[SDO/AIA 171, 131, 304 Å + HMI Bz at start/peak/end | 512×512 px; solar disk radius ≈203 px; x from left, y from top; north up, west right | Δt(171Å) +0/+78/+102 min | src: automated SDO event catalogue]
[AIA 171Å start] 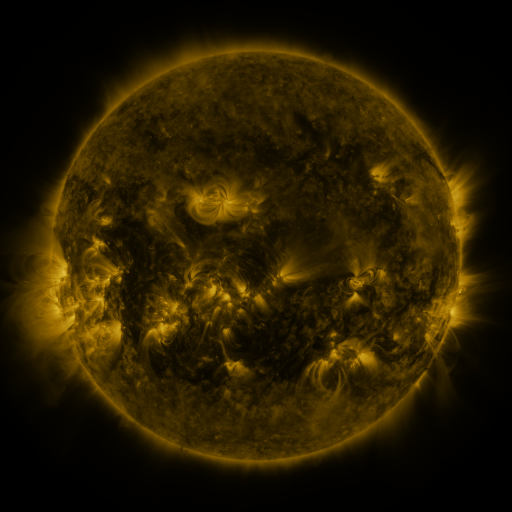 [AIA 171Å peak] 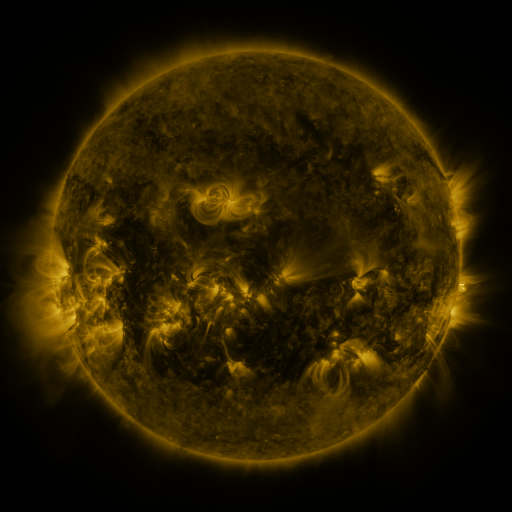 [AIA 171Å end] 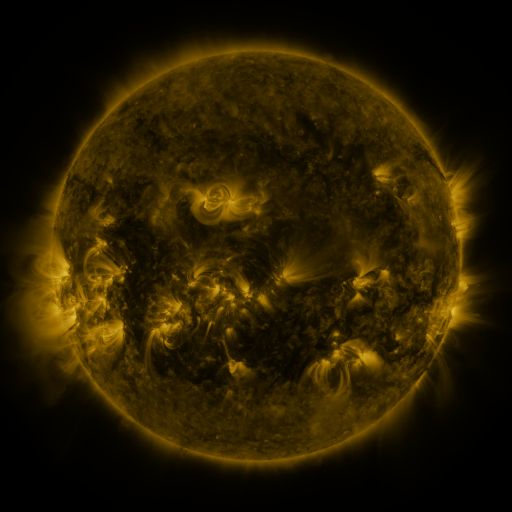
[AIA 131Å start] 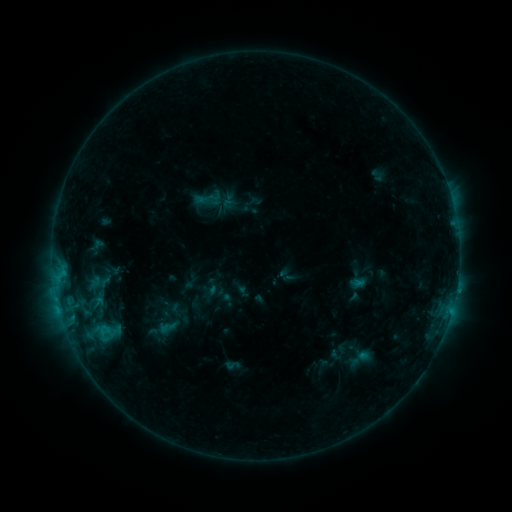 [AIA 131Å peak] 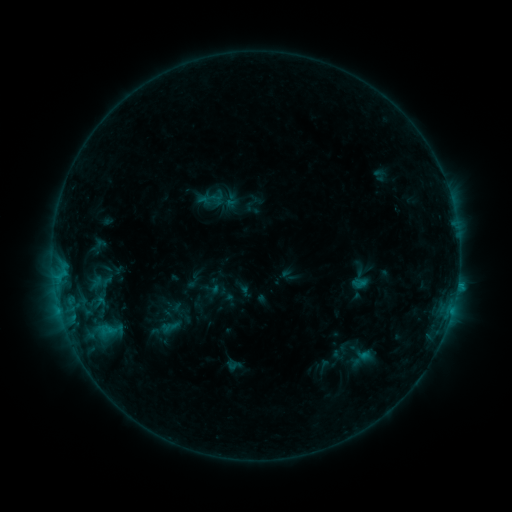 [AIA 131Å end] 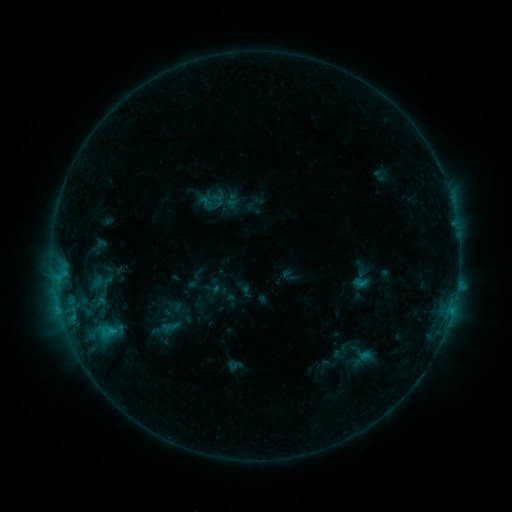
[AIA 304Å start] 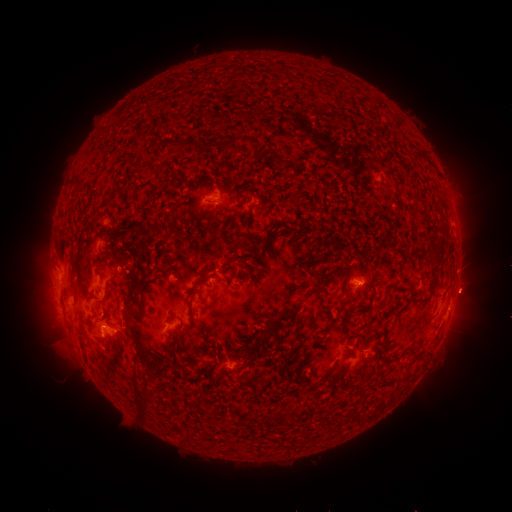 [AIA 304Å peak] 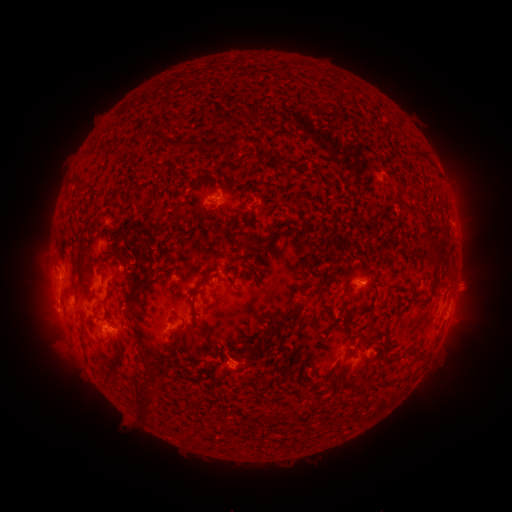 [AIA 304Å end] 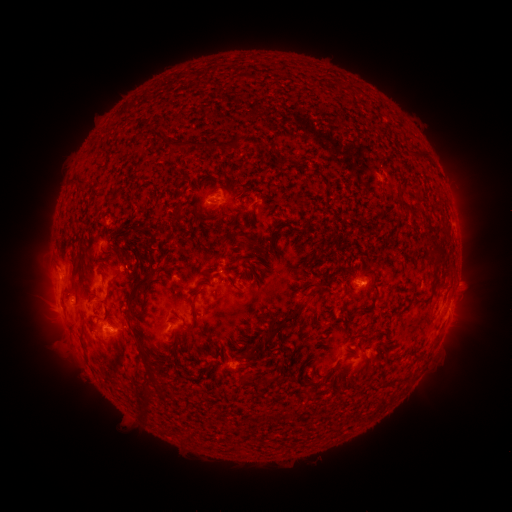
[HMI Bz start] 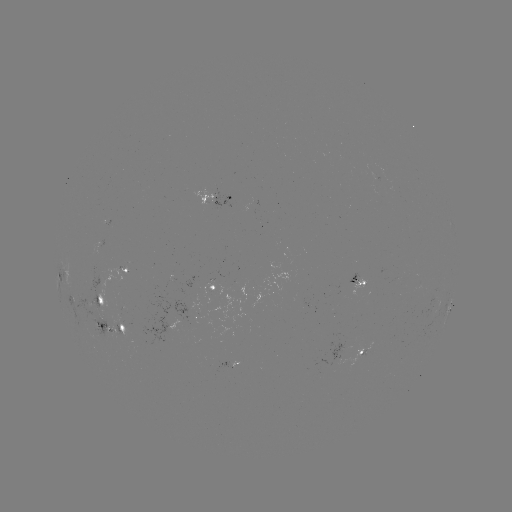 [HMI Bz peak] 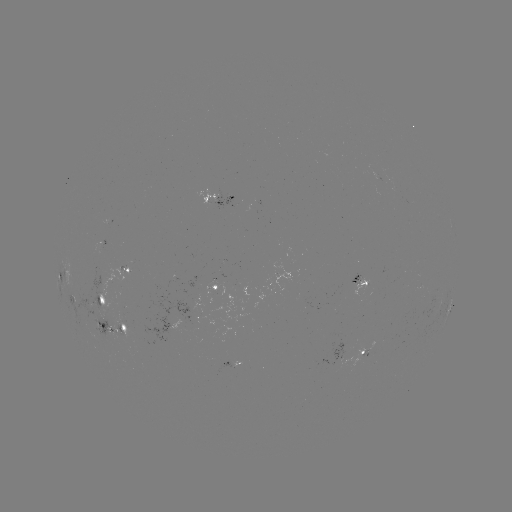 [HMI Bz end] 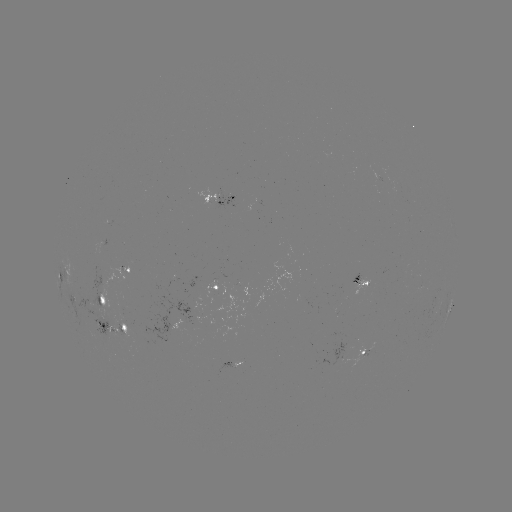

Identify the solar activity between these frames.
emerging-flux region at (100, 320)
